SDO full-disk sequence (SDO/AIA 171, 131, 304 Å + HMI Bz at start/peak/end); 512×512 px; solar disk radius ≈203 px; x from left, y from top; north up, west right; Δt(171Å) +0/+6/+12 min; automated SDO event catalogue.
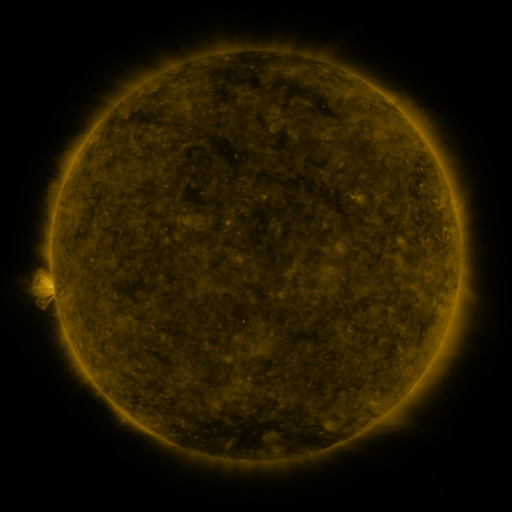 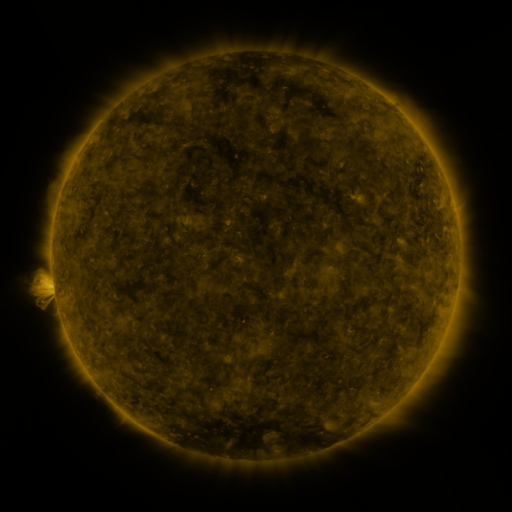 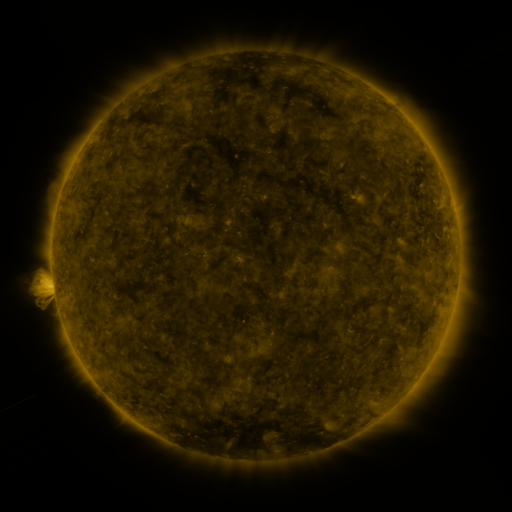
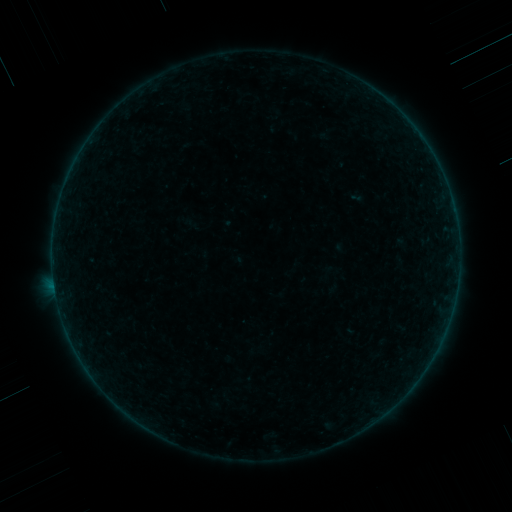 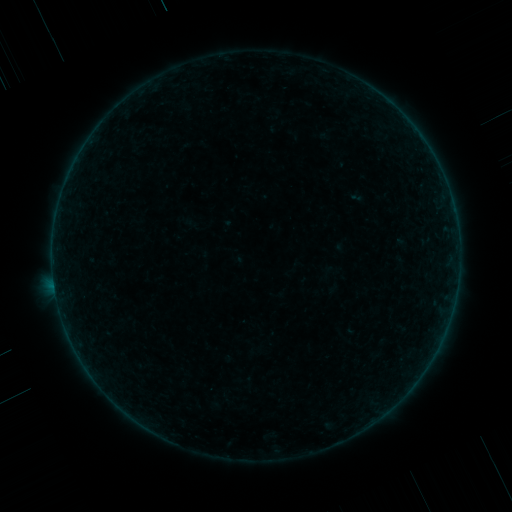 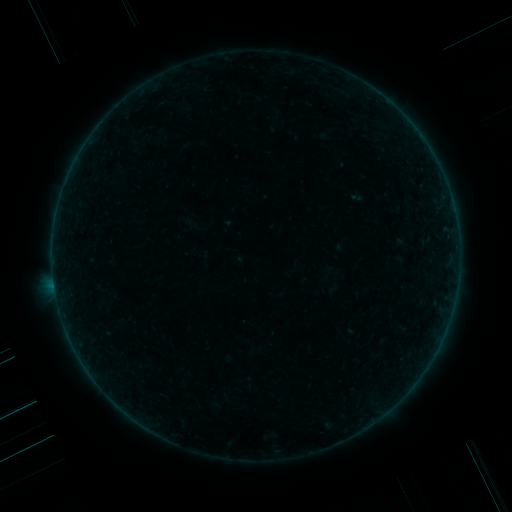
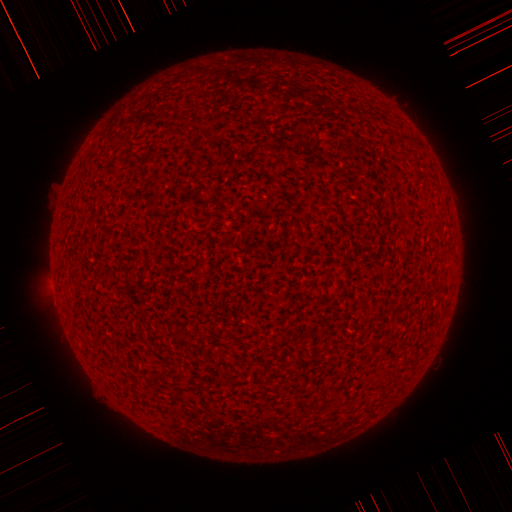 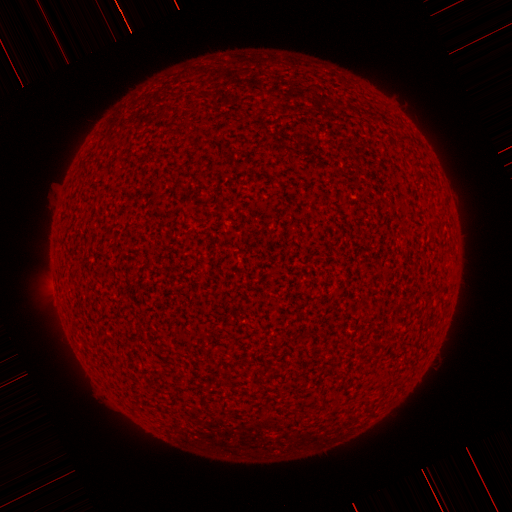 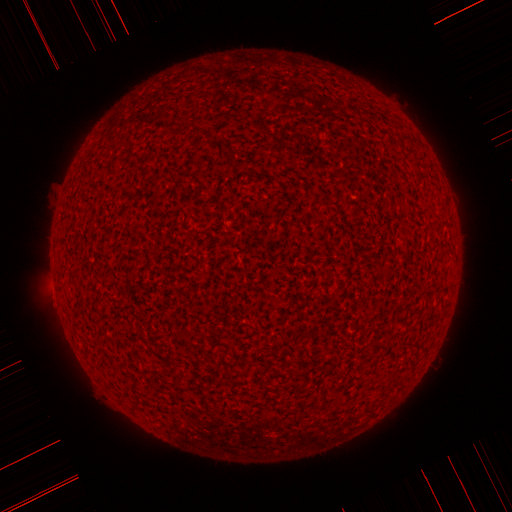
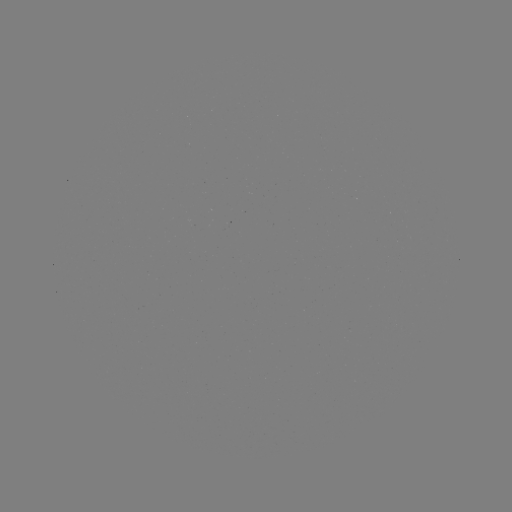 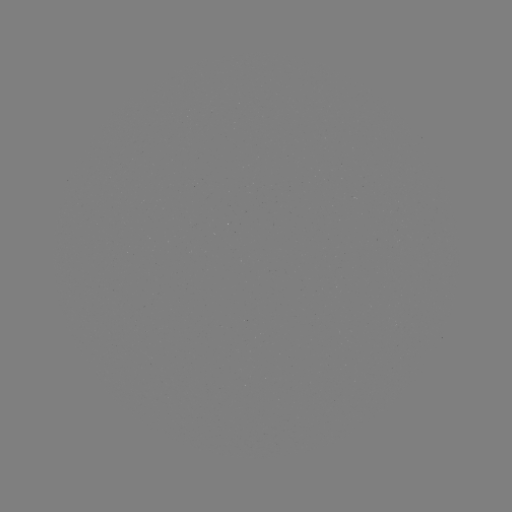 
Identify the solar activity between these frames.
no catalogued flare and no flagged EUV brightening in this window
